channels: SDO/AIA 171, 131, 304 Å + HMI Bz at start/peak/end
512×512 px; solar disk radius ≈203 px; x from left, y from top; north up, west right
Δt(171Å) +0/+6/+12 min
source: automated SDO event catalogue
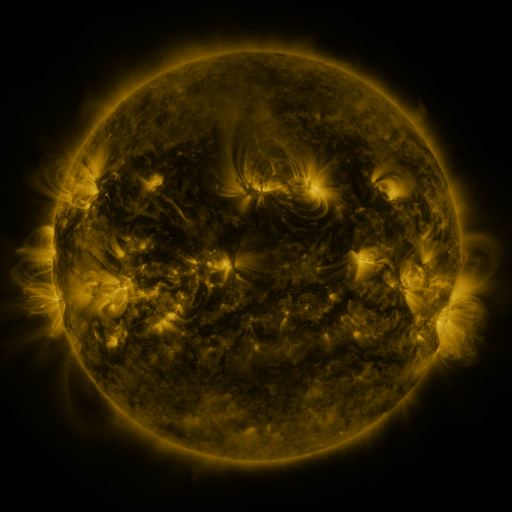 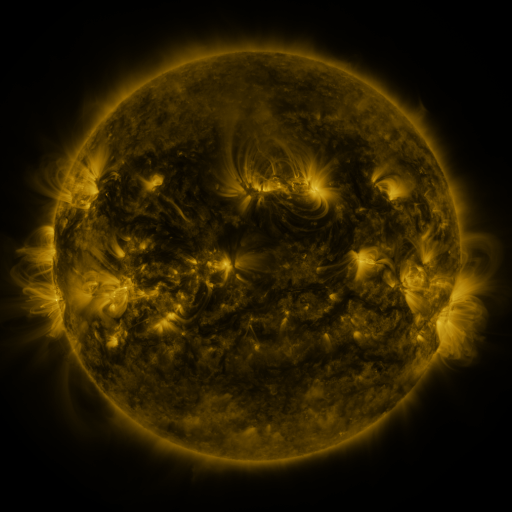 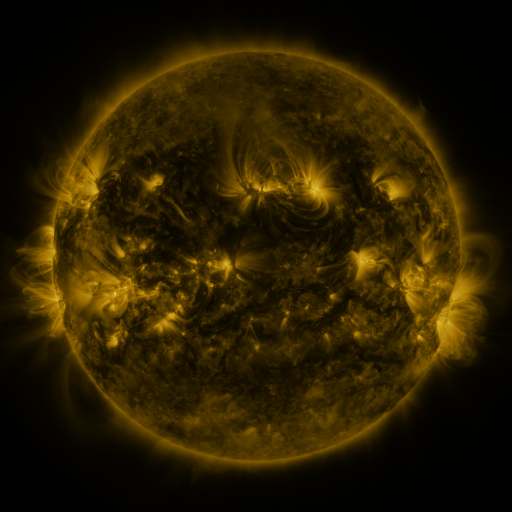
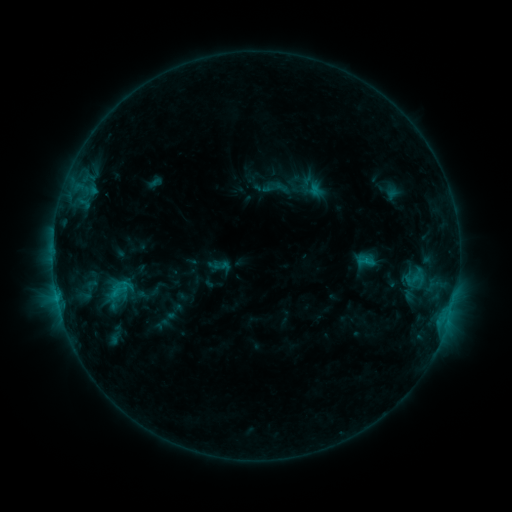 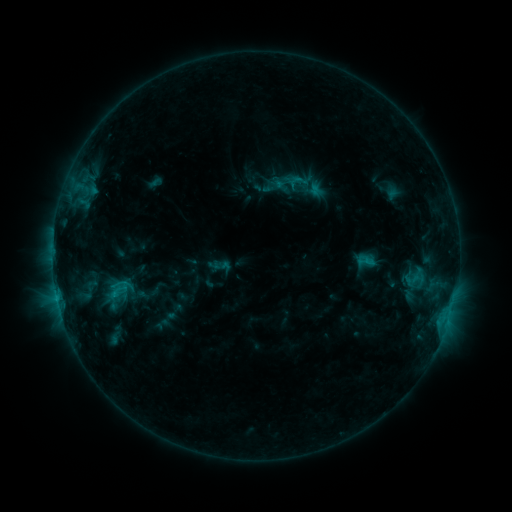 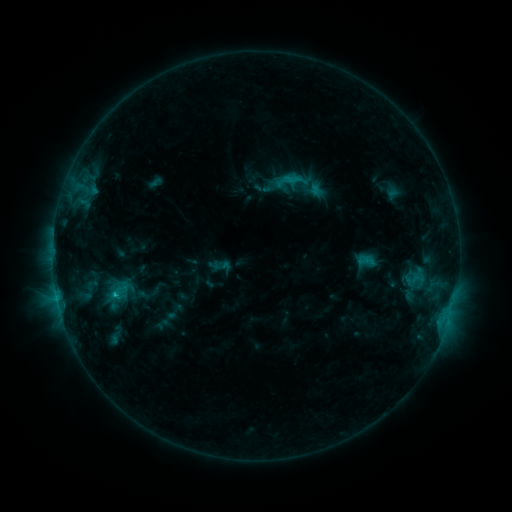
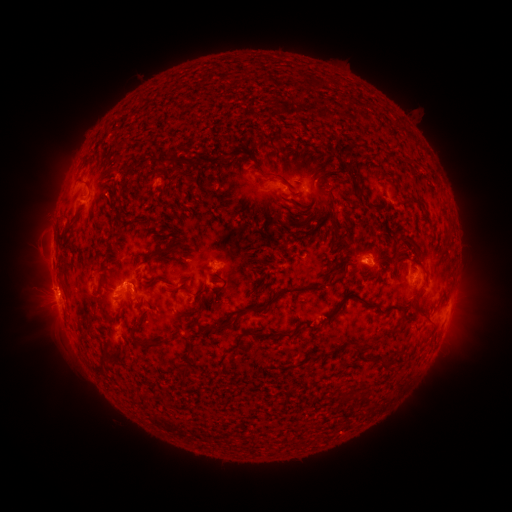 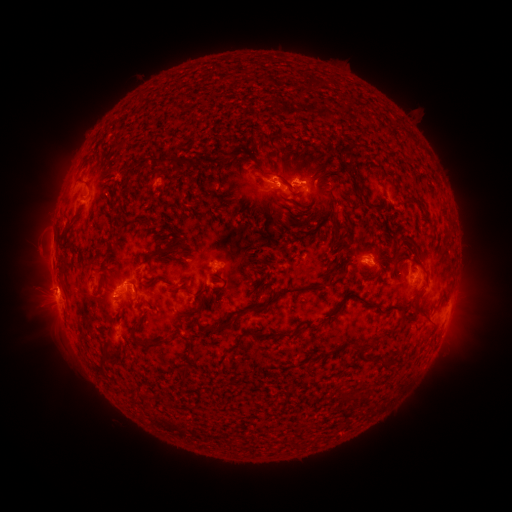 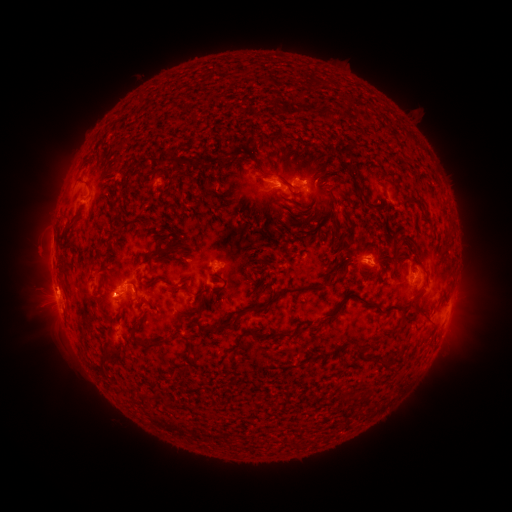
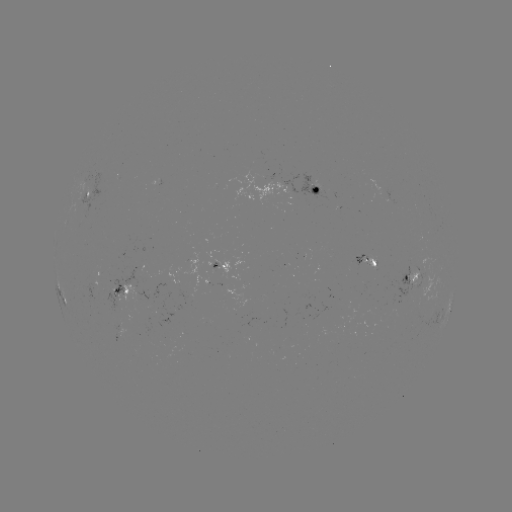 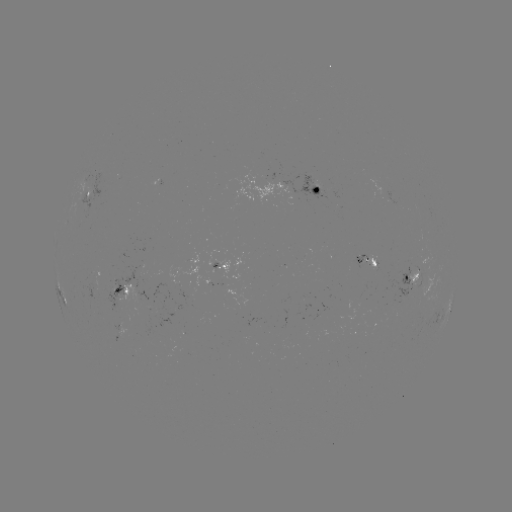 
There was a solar flare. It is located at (293, 179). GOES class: C2.2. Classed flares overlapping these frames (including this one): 1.